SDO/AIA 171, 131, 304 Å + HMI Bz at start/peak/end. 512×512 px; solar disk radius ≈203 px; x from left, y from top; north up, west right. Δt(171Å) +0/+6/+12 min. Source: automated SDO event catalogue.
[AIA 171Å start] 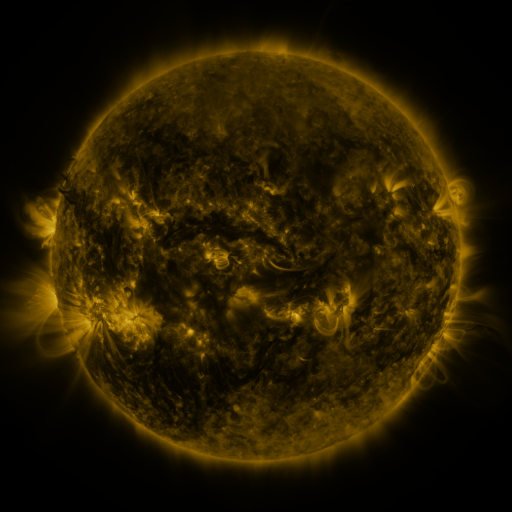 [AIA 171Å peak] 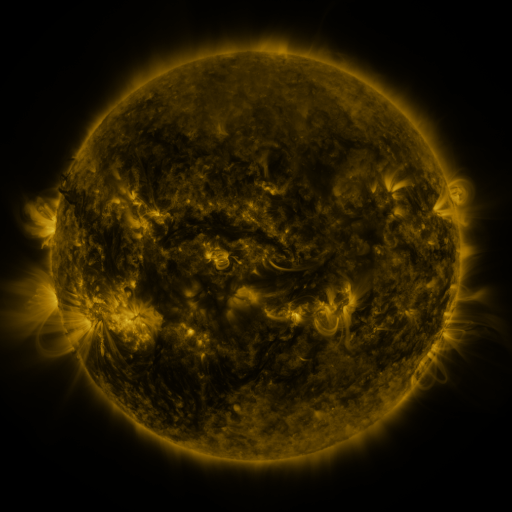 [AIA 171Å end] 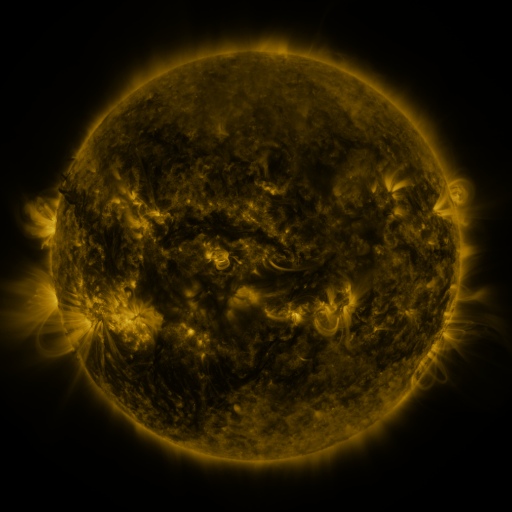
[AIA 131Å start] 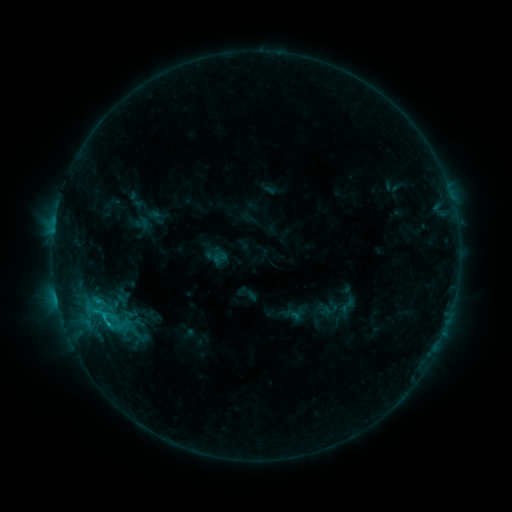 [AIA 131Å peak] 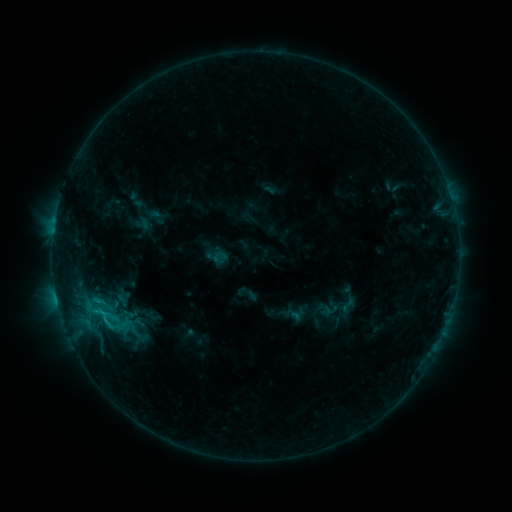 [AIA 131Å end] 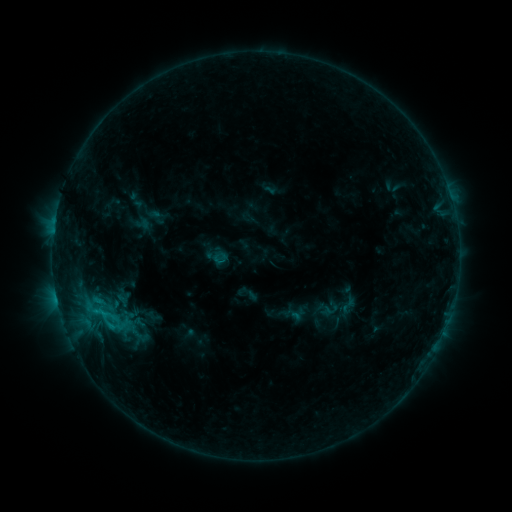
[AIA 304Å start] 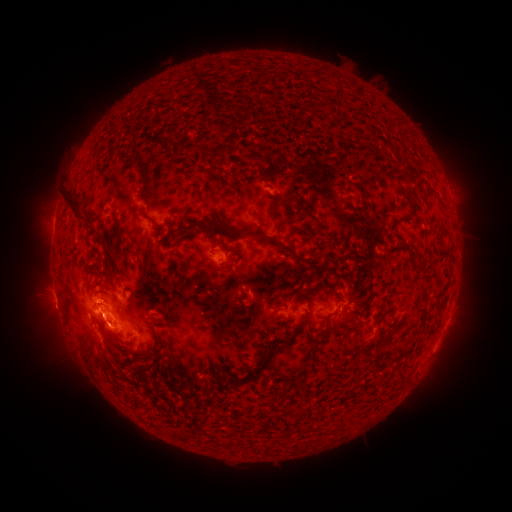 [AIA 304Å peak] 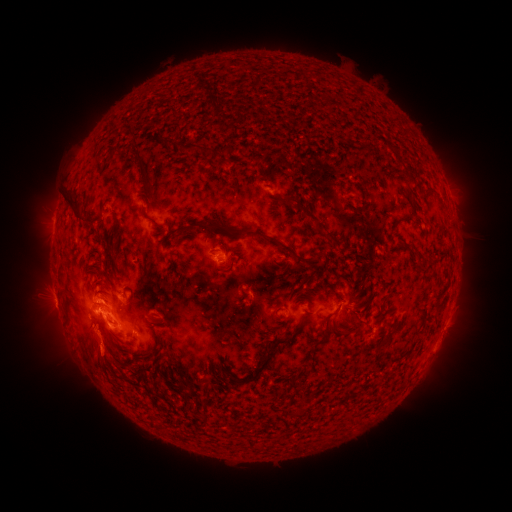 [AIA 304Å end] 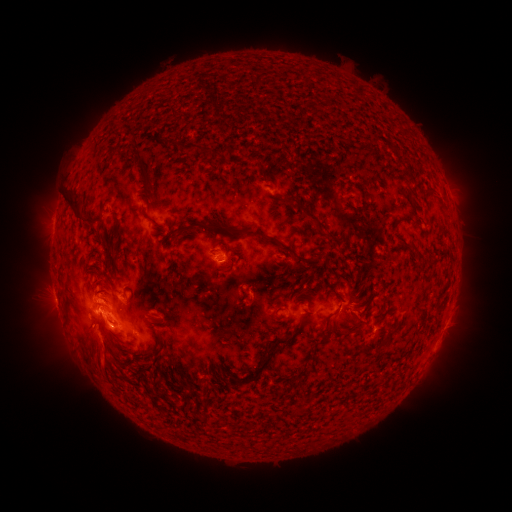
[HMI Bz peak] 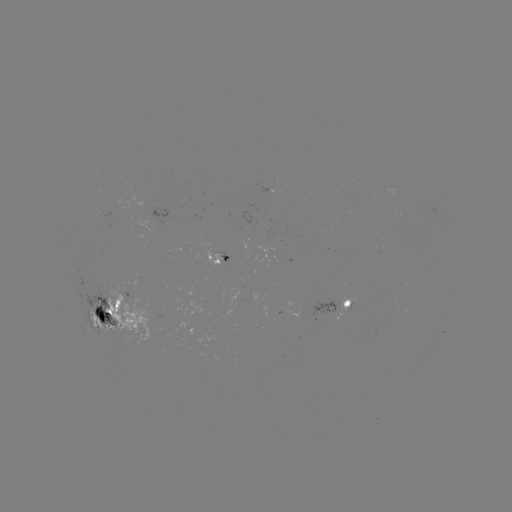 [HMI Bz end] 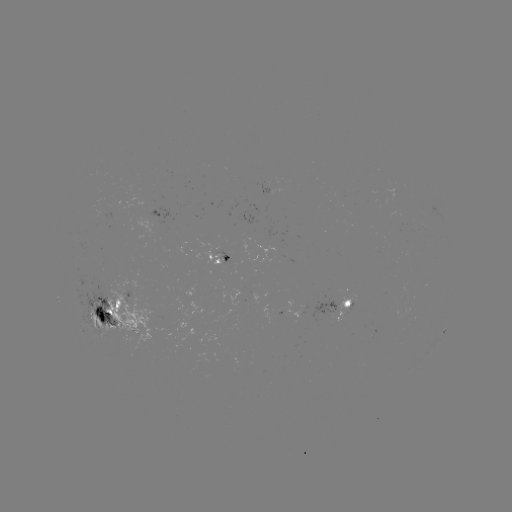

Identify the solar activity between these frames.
eruption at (100, 359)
